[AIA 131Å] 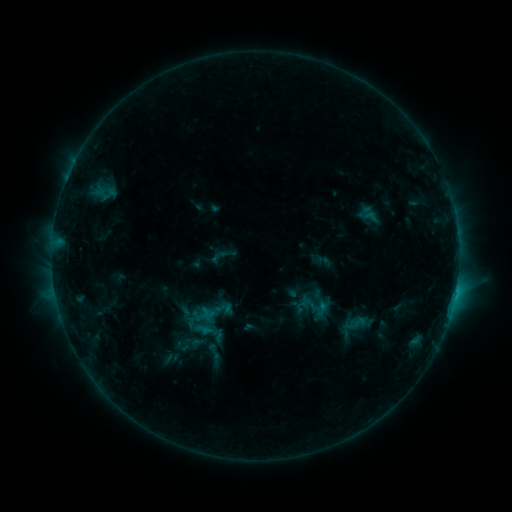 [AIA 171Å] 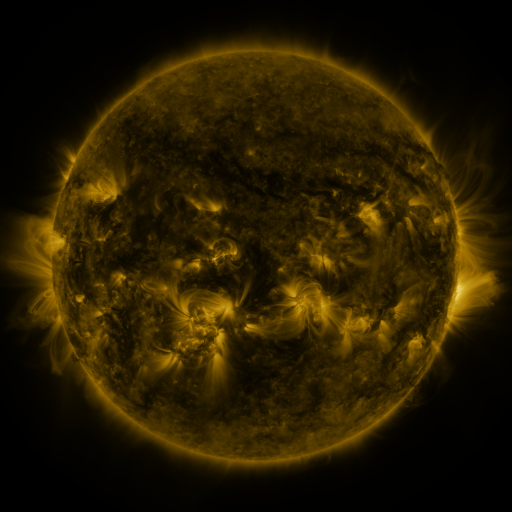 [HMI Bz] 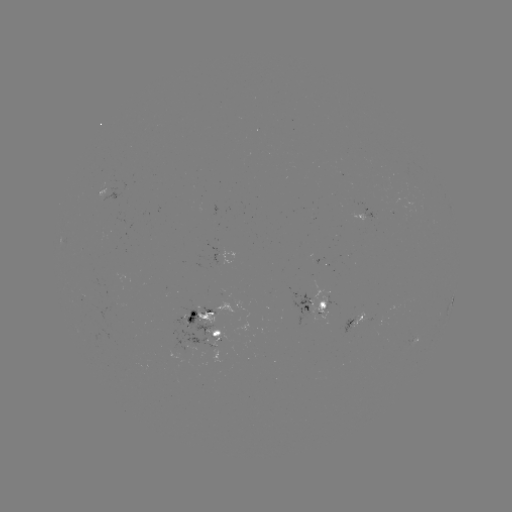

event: sigmoid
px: (356, 323)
